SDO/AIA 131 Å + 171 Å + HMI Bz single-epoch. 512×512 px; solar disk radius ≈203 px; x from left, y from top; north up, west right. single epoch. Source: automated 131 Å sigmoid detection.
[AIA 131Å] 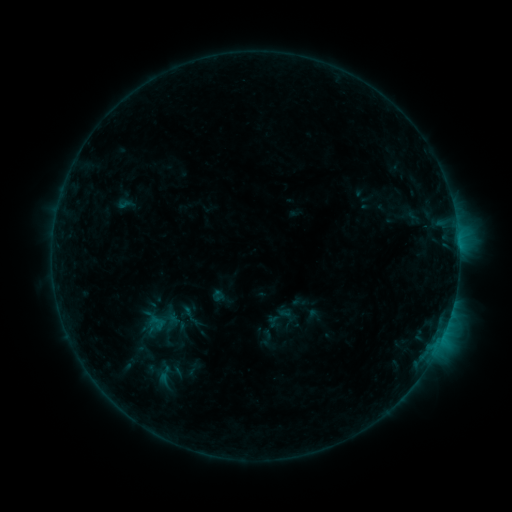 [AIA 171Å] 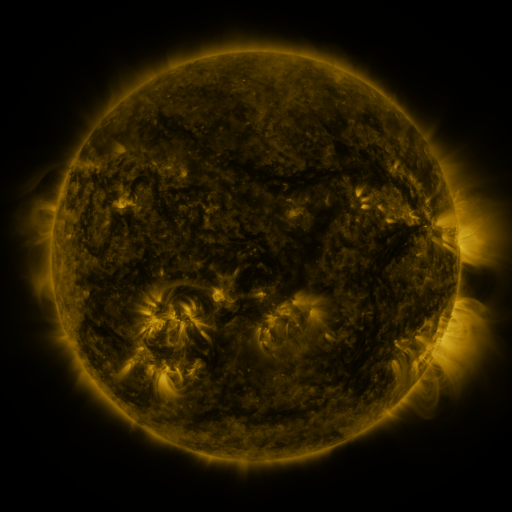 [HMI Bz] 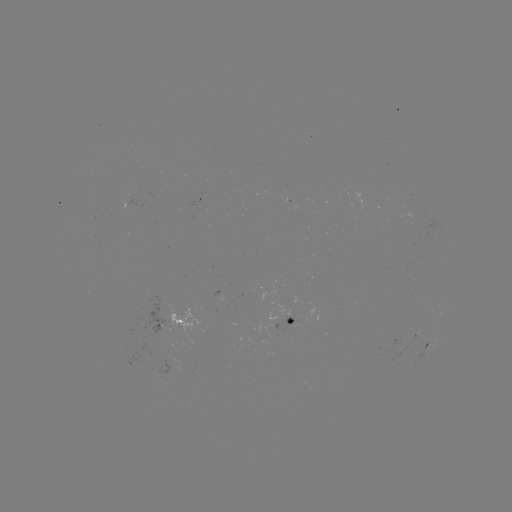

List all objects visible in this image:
sigmoid: [144, 312, 170, 333]
sigmoid: [259, 329, 276, 346]
